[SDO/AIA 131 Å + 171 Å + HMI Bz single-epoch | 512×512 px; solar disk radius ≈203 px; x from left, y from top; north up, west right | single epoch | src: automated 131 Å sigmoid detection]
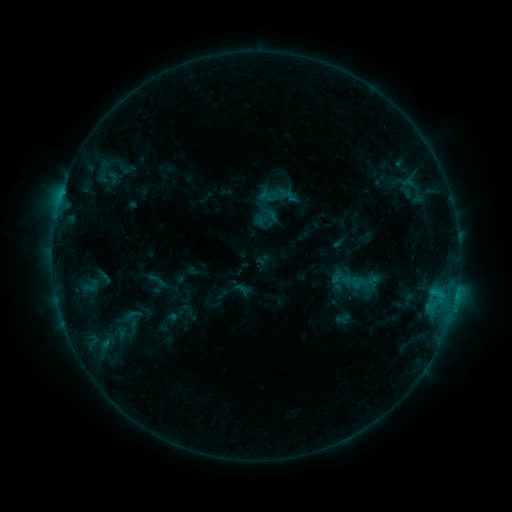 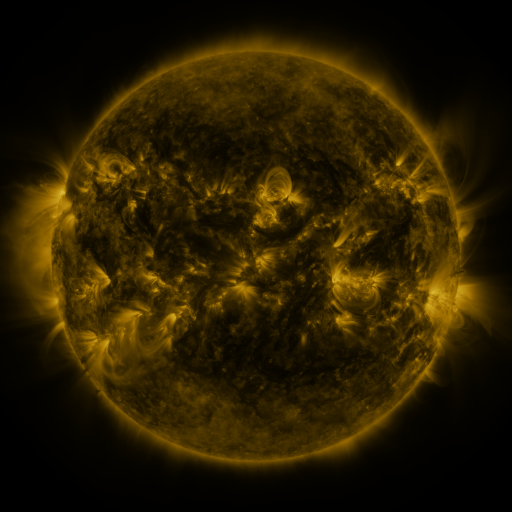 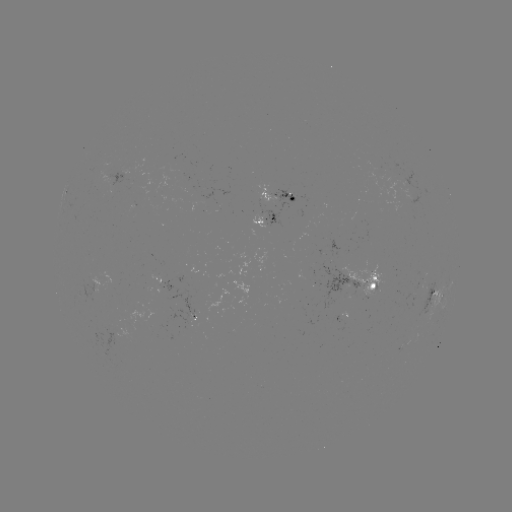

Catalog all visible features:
sigmoid: (131, 316)
